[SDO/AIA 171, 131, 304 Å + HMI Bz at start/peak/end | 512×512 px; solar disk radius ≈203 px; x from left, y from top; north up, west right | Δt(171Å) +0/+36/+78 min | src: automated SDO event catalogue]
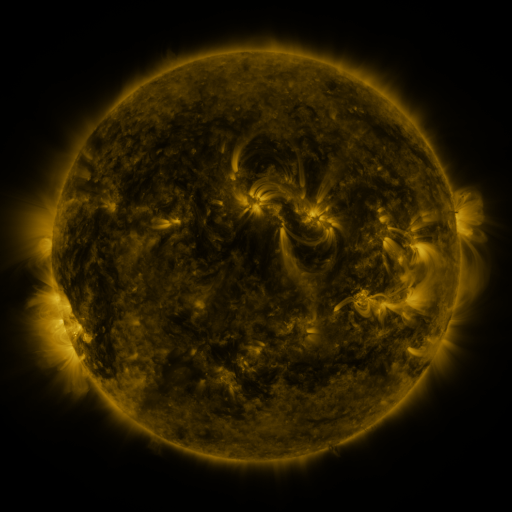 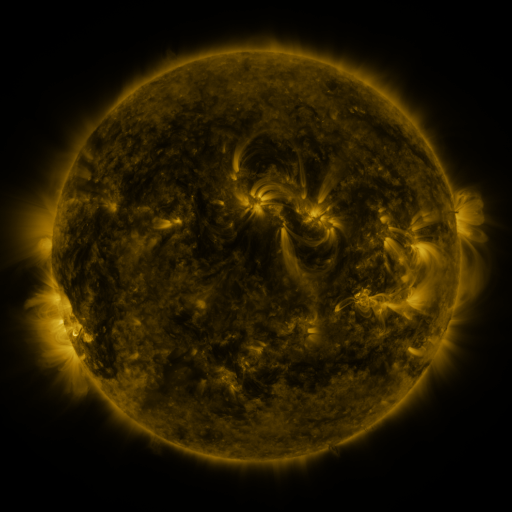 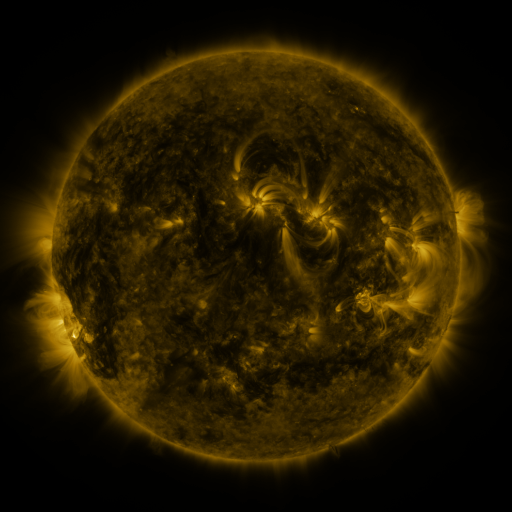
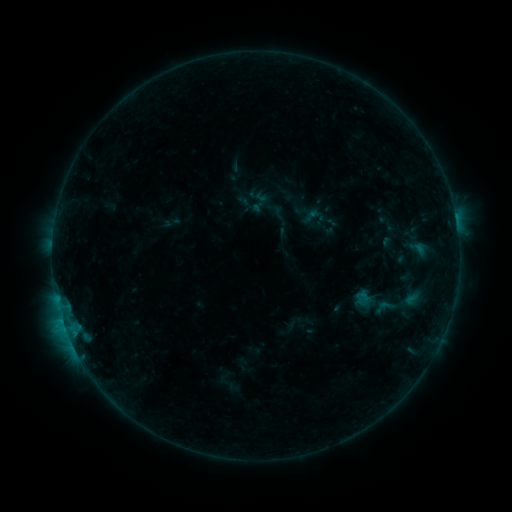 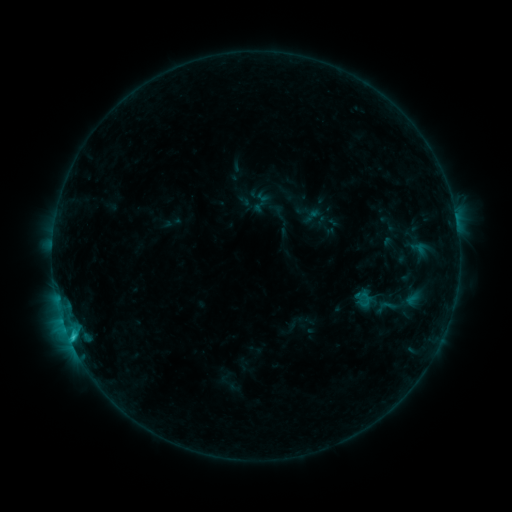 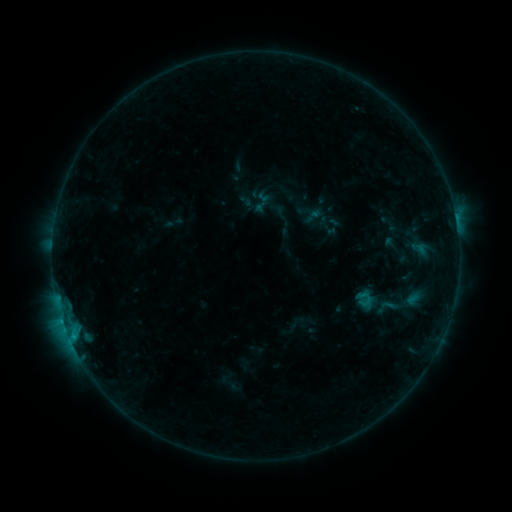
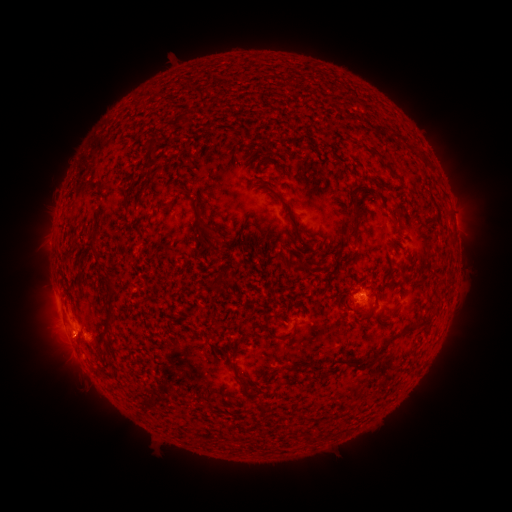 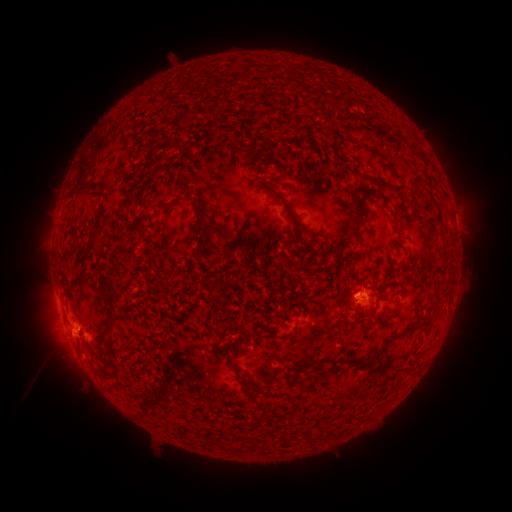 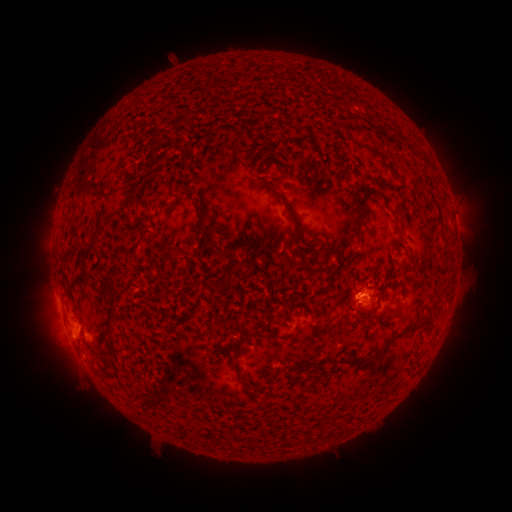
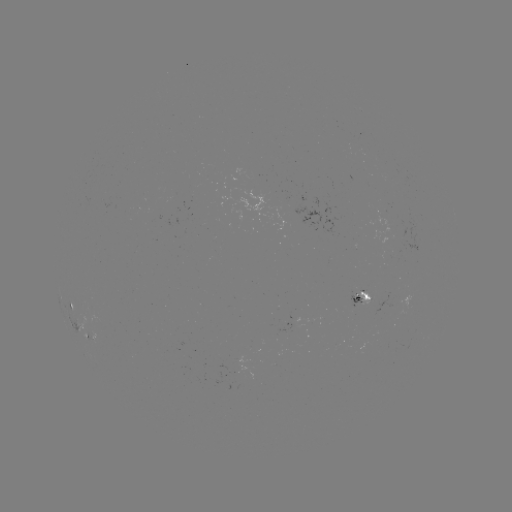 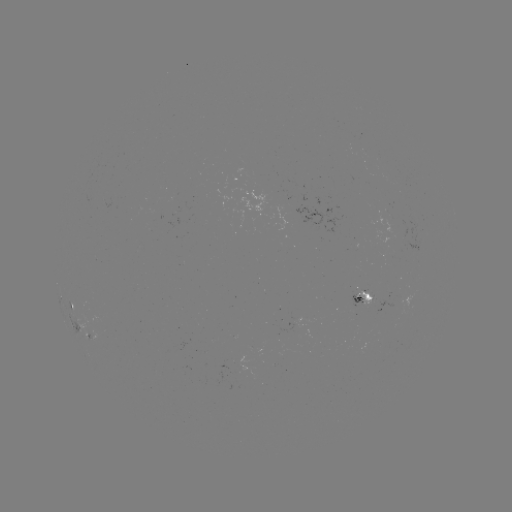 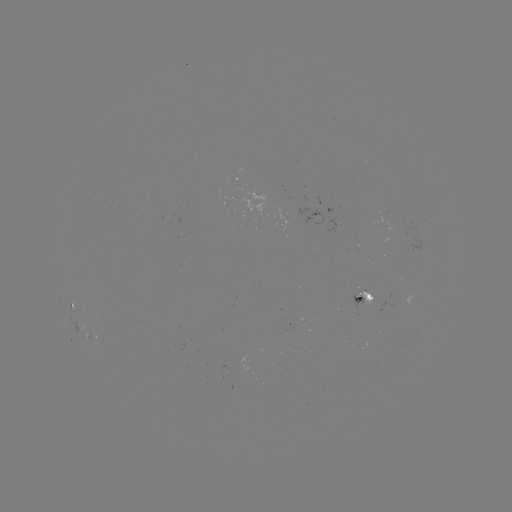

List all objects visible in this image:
C1.2 flare: (72, 336)
